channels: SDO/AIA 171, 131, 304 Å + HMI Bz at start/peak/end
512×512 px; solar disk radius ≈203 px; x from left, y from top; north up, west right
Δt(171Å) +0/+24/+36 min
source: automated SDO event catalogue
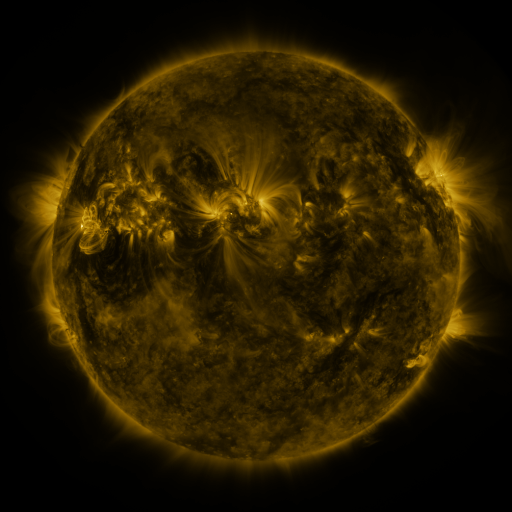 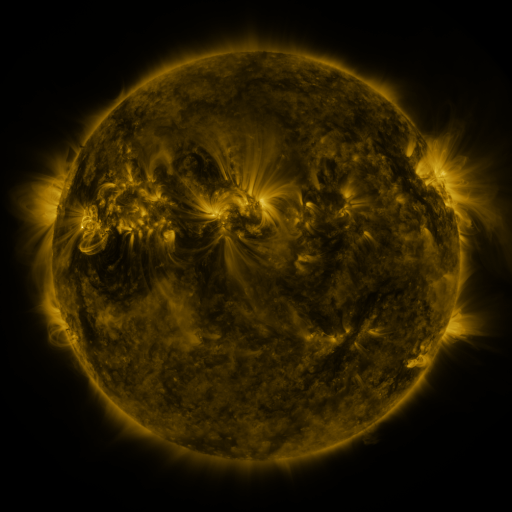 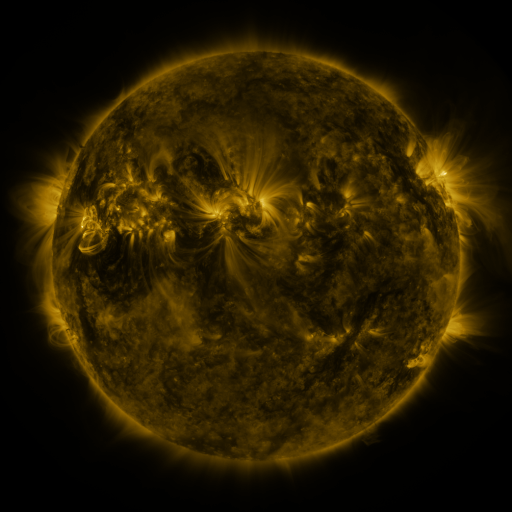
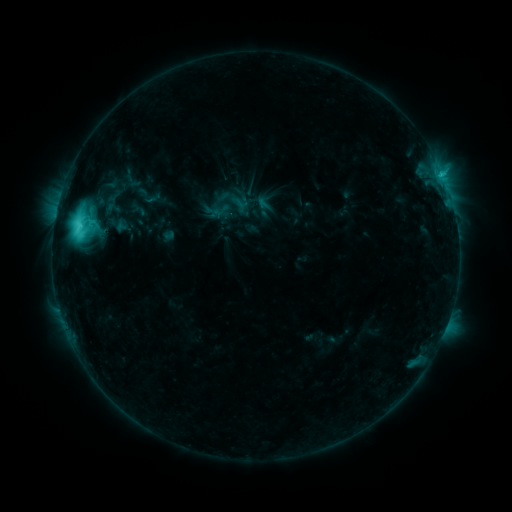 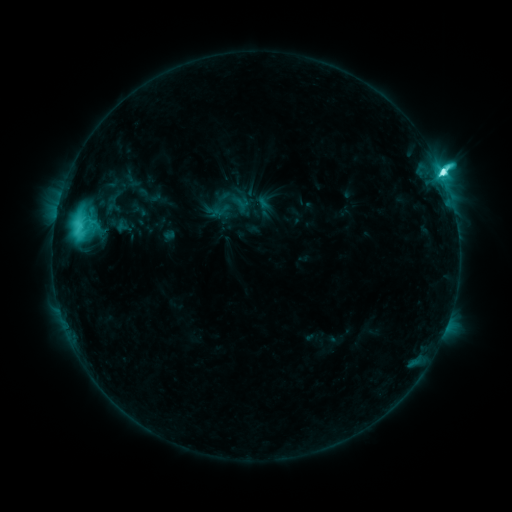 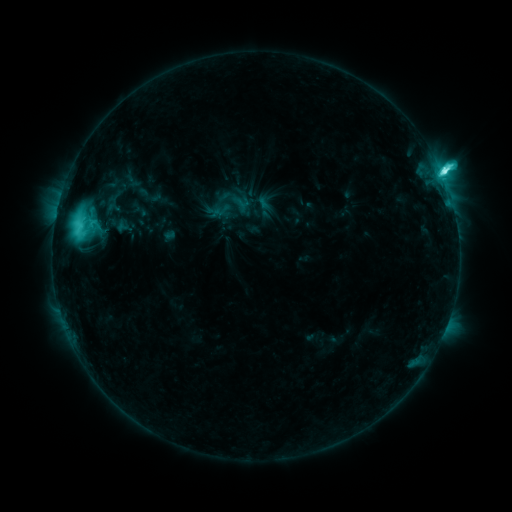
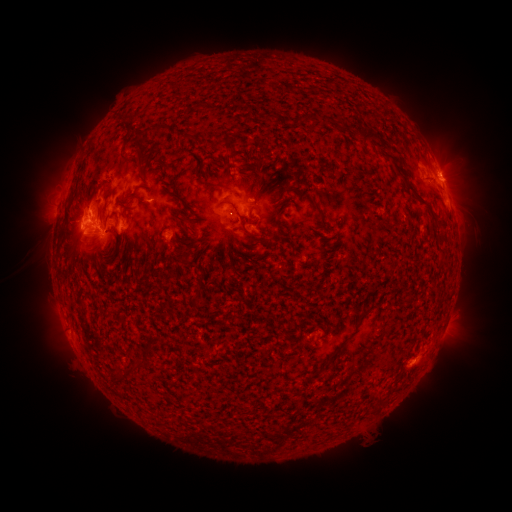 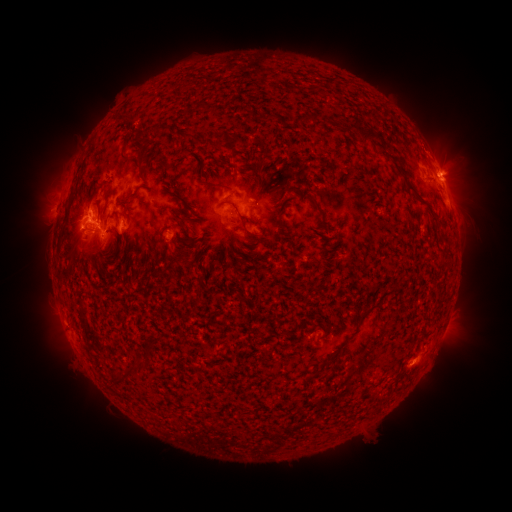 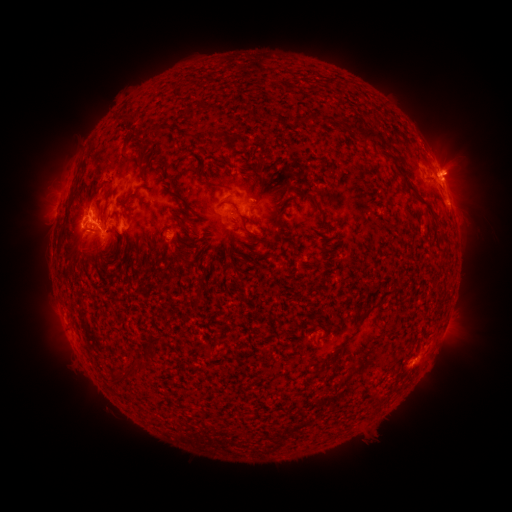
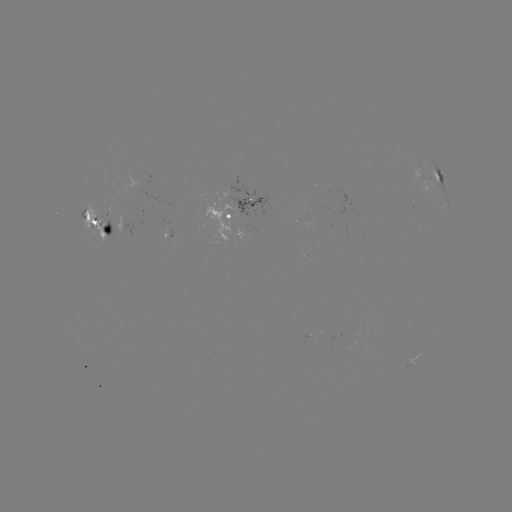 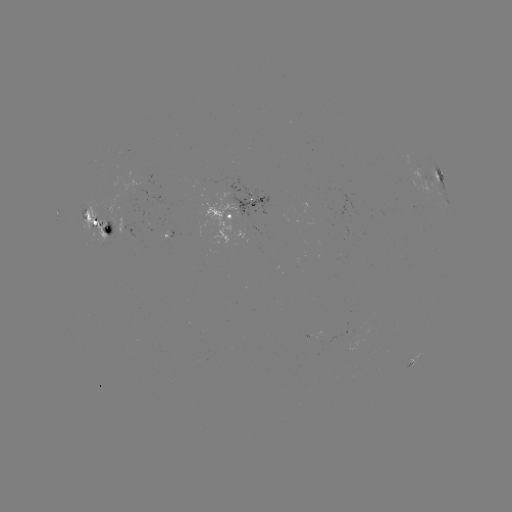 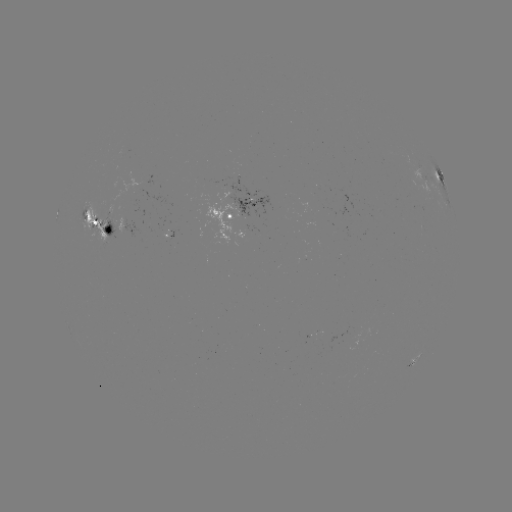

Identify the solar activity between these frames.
M1.7 flare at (442, 178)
